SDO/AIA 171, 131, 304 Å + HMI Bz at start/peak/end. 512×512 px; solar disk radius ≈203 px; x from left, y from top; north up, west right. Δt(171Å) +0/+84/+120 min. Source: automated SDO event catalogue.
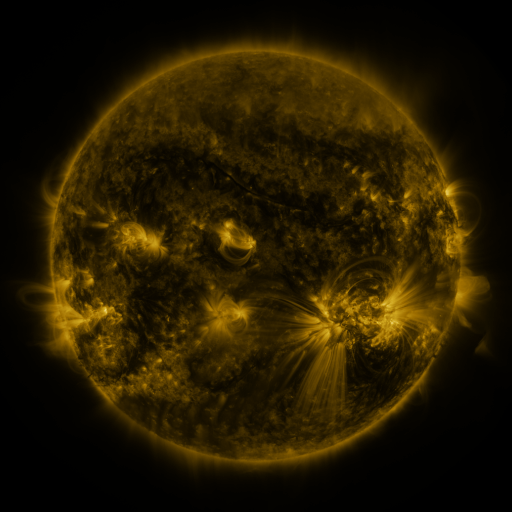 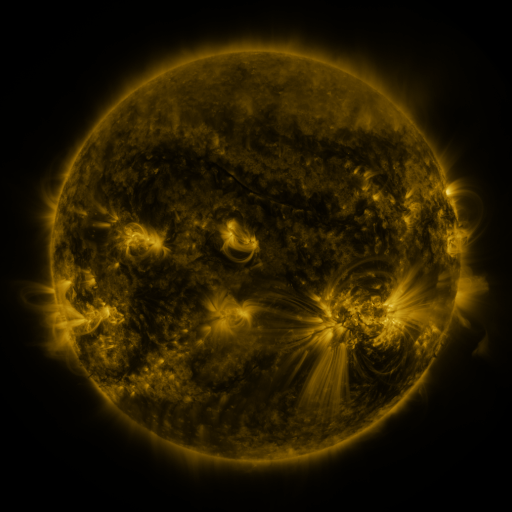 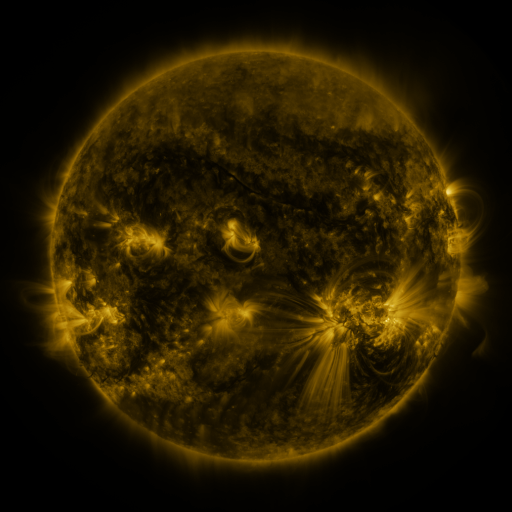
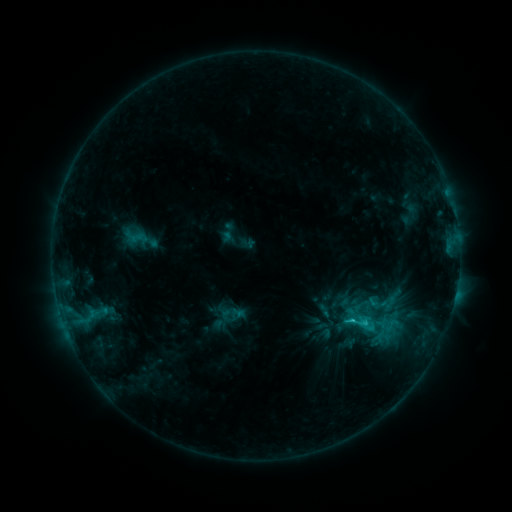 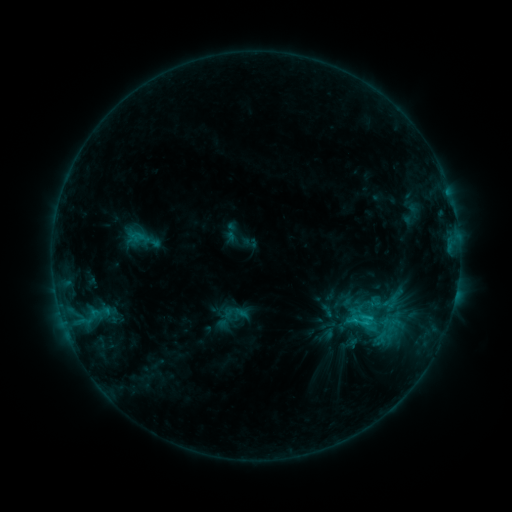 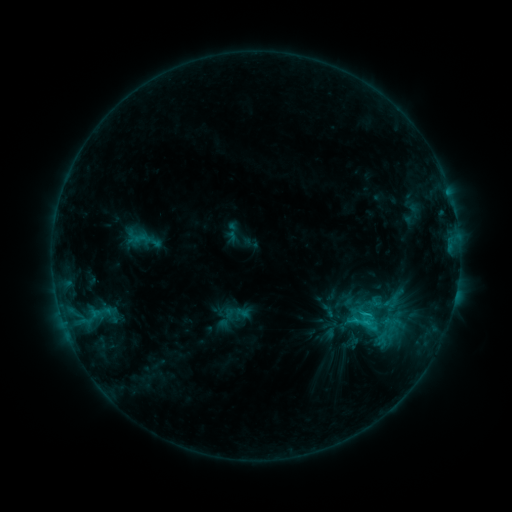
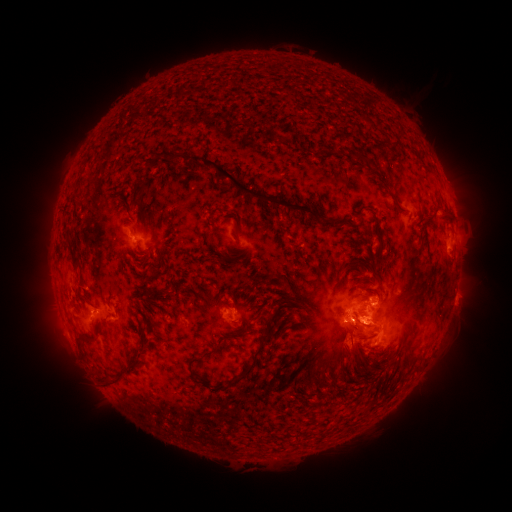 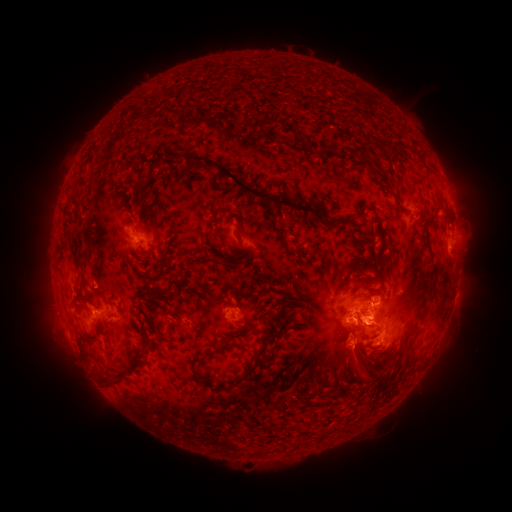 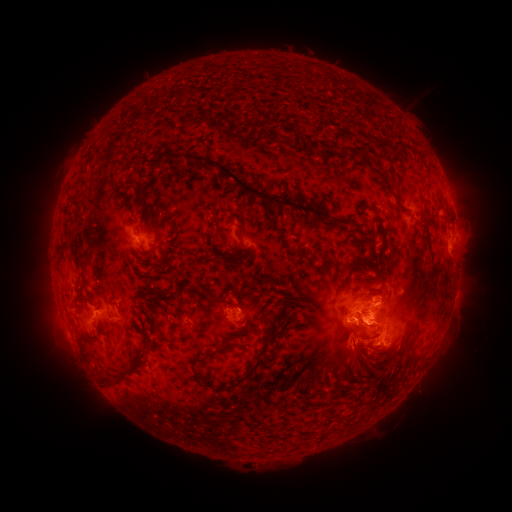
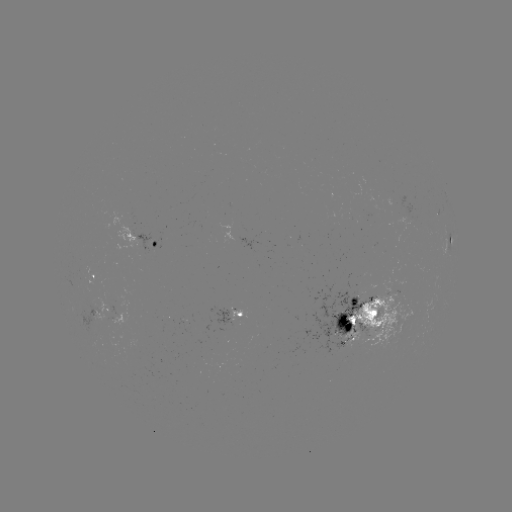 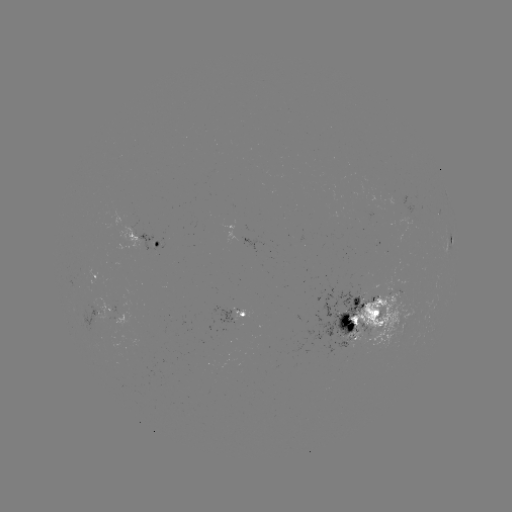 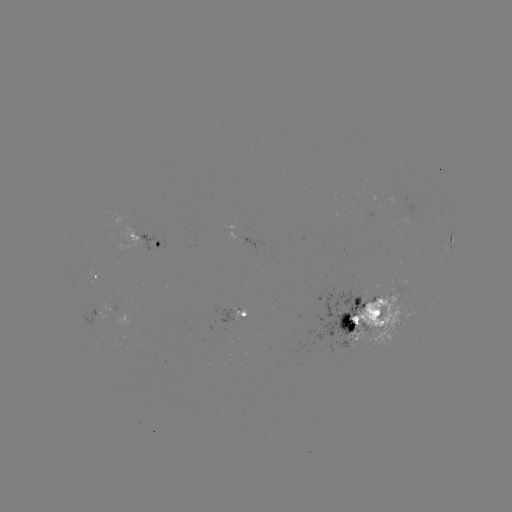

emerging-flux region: (135, 230, 156, 257)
